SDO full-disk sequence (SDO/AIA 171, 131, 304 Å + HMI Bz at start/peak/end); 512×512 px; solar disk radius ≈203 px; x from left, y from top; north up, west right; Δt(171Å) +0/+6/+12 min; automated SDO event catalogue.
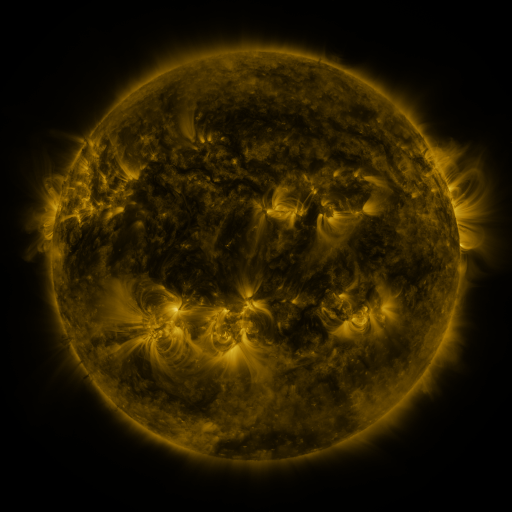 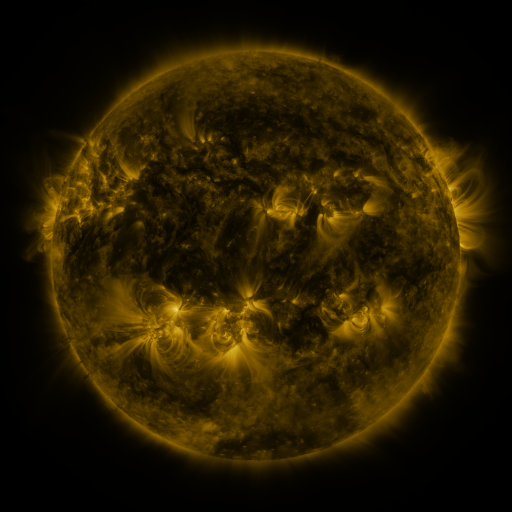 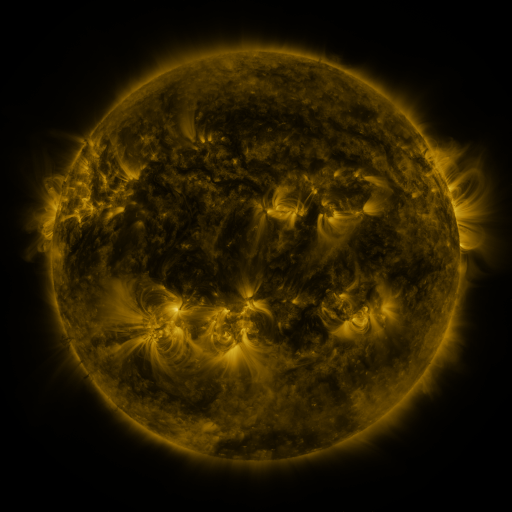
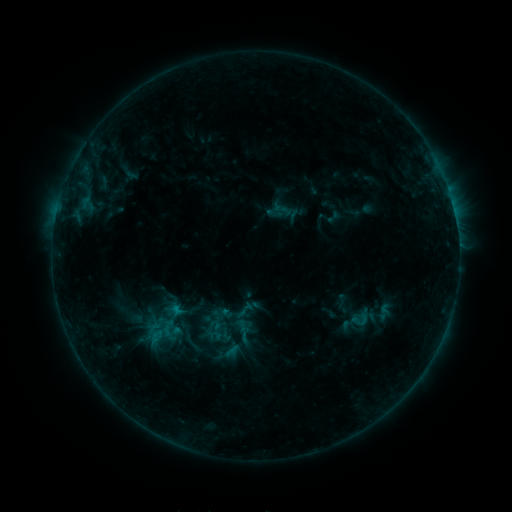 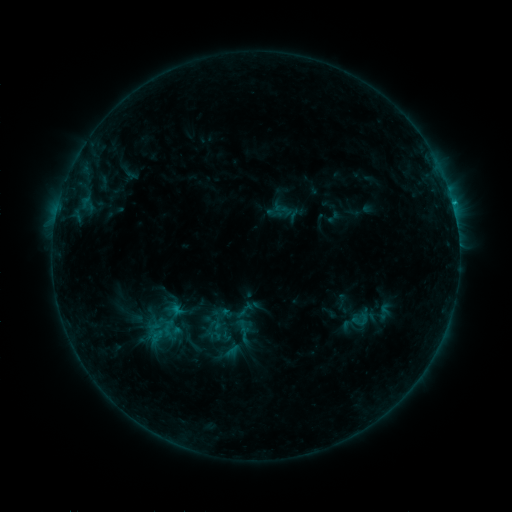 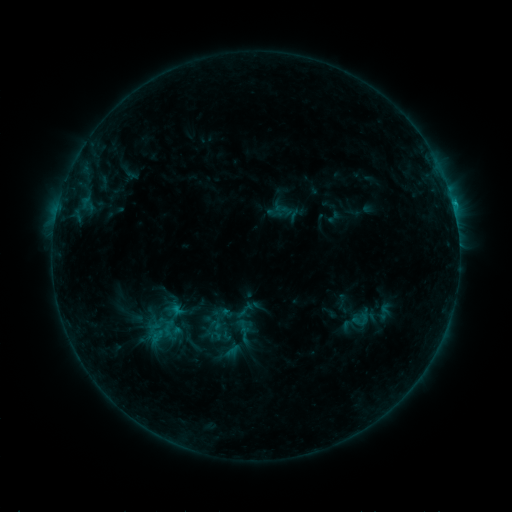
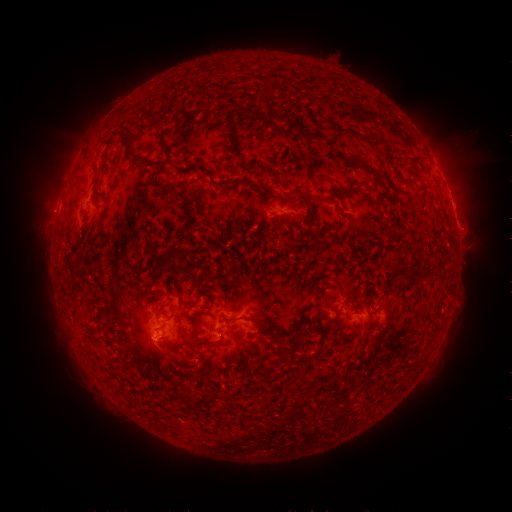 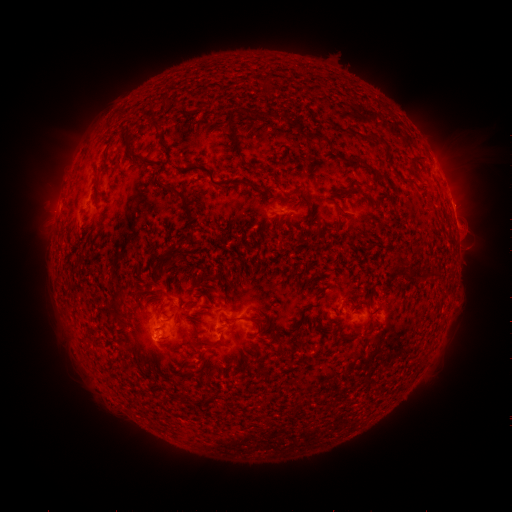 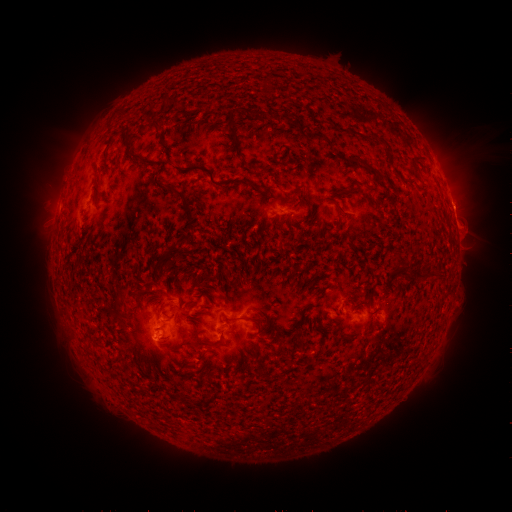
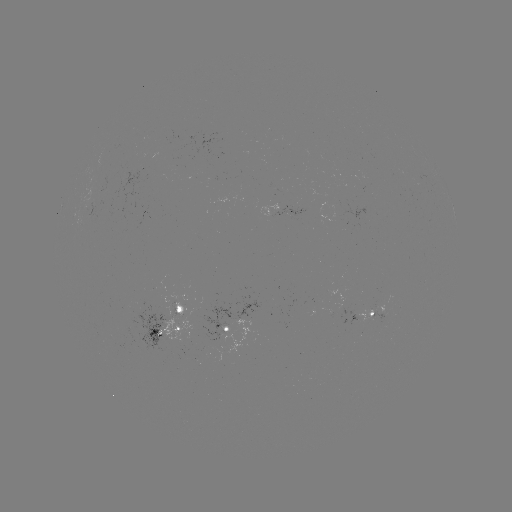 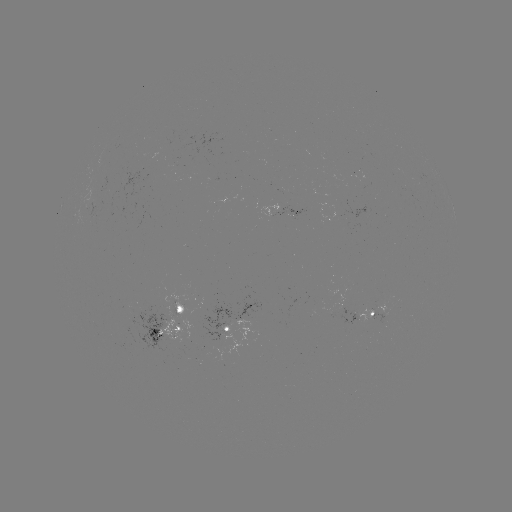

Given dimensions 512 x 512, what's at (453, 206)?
B8.0 flare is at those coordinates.